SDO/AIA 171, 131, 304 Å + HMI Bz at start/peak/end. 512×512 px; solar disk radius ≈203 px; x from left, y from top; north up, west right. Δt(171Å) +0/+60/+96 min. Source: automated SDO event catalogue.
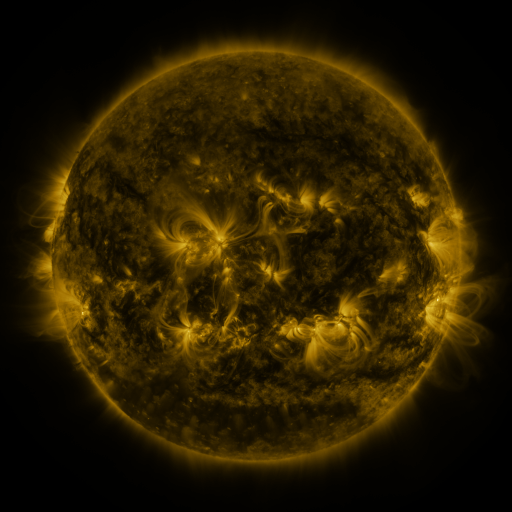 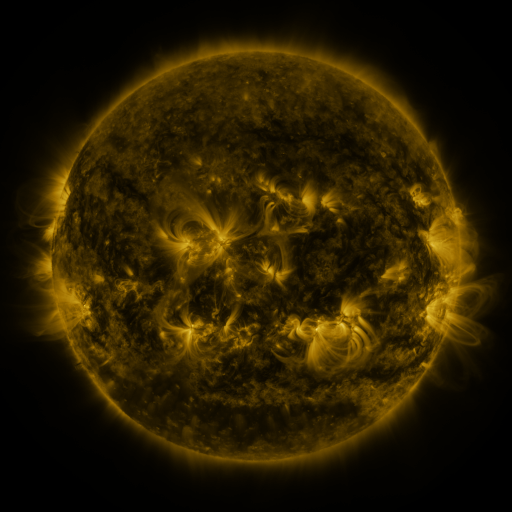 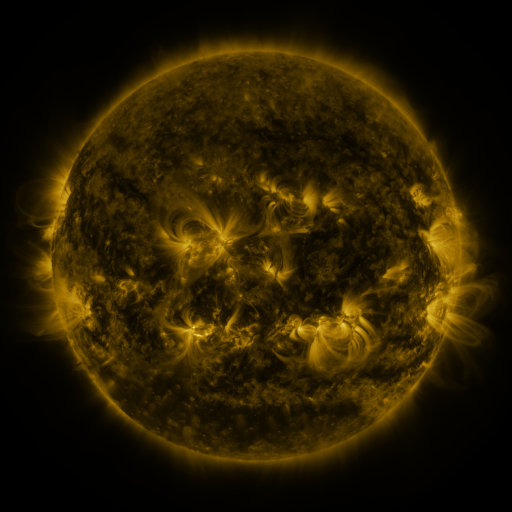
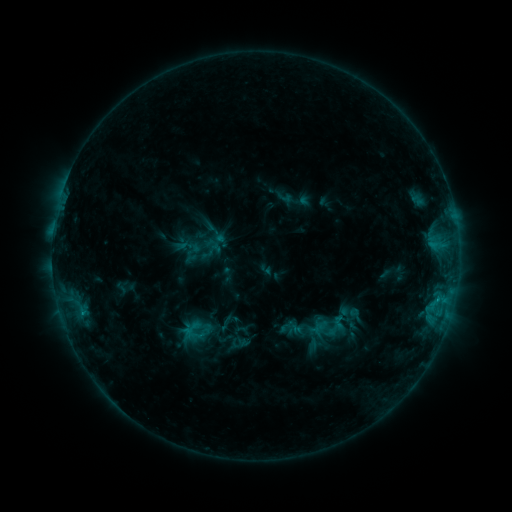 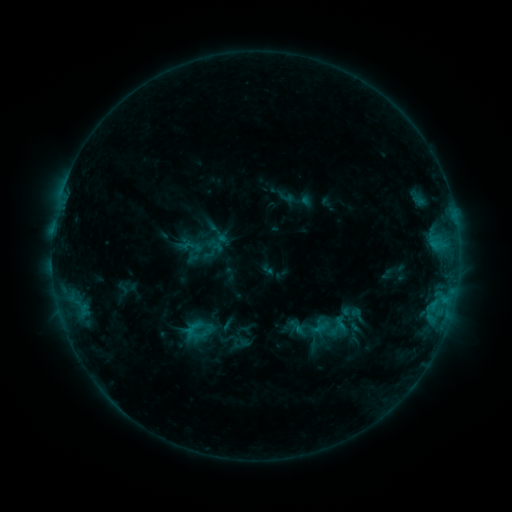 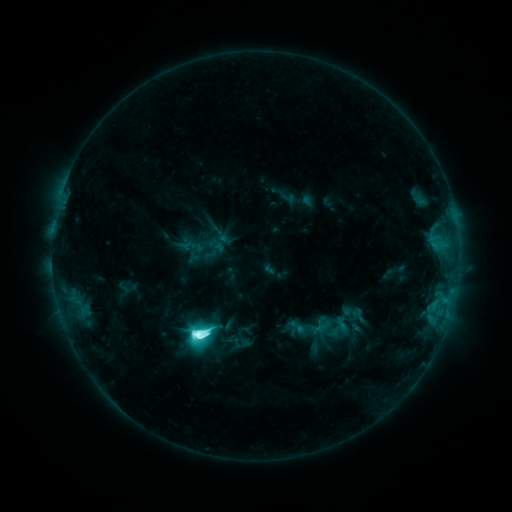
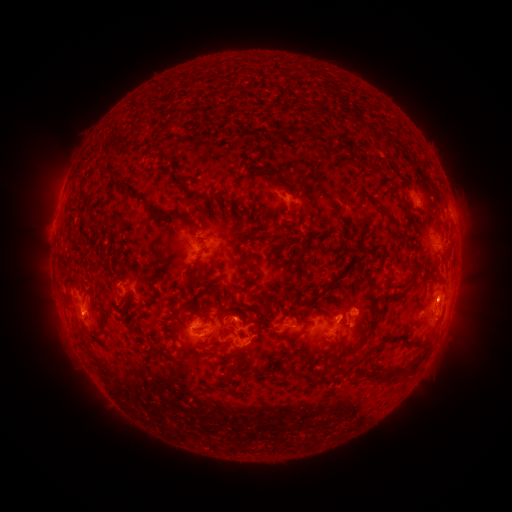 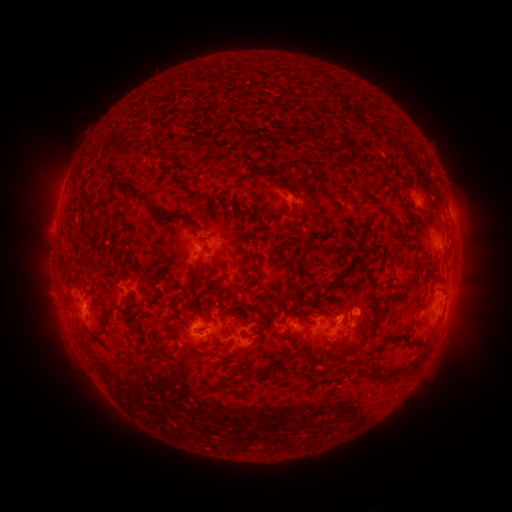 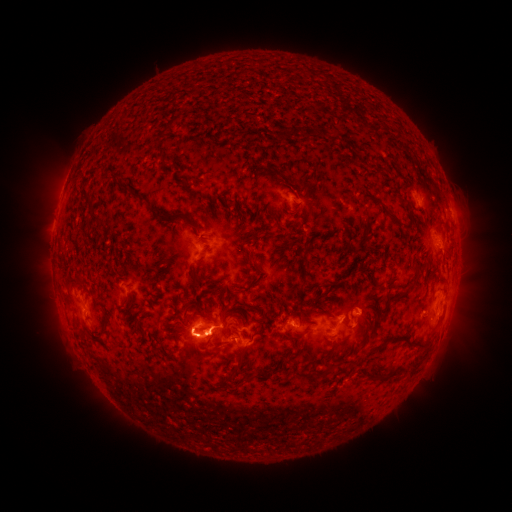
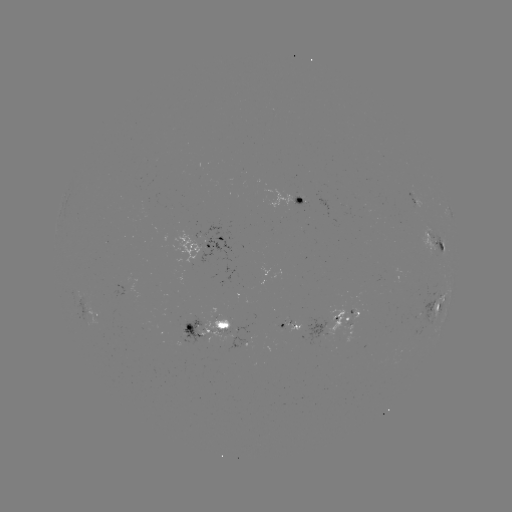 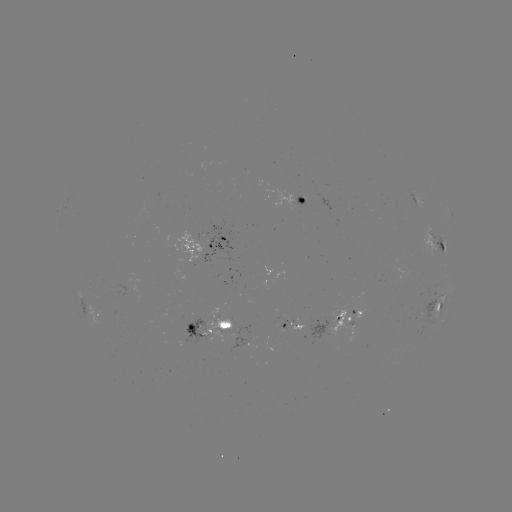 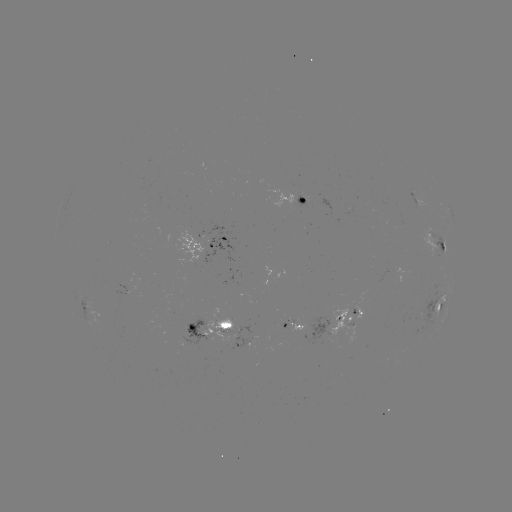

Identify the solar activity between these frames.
emerging-flux region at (214, 316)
